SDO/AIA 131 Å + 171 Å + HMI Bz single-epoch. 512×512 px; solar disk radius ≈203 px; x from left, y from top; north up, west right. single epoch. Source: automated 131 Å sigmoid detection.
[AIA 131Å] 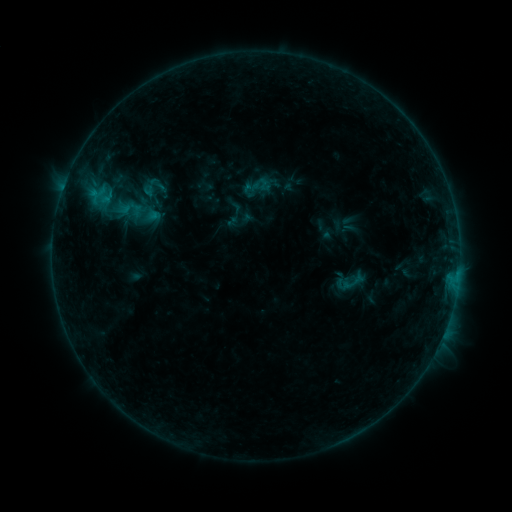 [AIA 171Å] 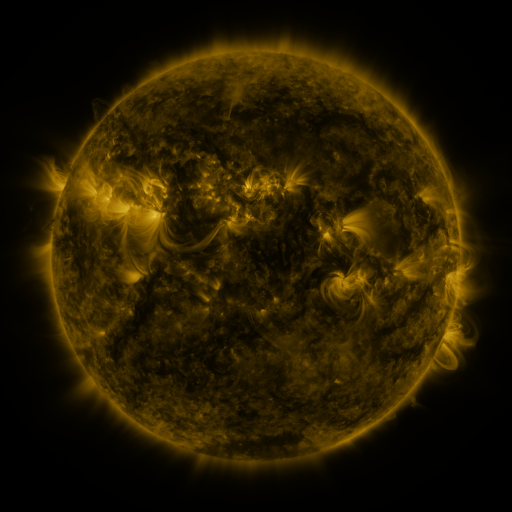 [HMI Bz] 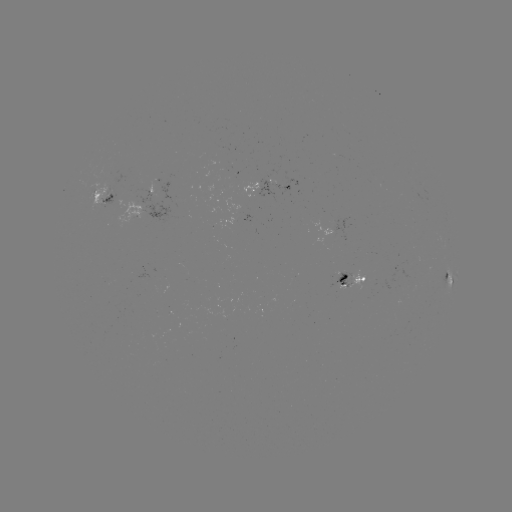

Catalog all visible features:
sigmoid: <bbox>137, 172, 172, 208</bbox>
